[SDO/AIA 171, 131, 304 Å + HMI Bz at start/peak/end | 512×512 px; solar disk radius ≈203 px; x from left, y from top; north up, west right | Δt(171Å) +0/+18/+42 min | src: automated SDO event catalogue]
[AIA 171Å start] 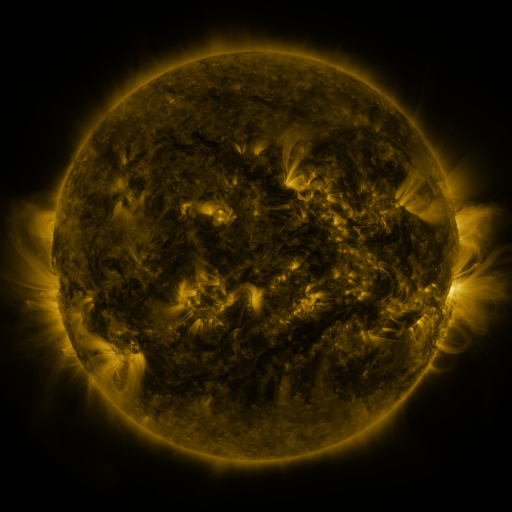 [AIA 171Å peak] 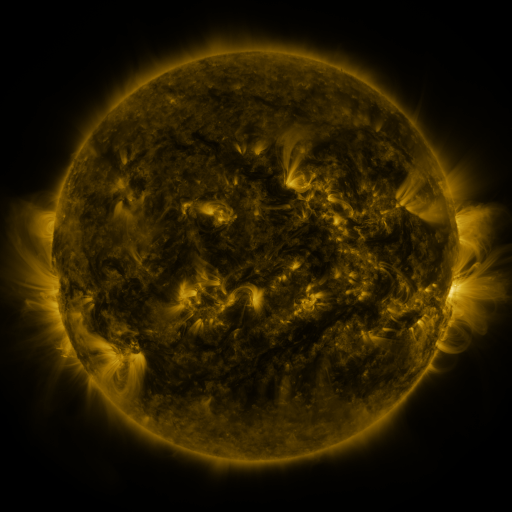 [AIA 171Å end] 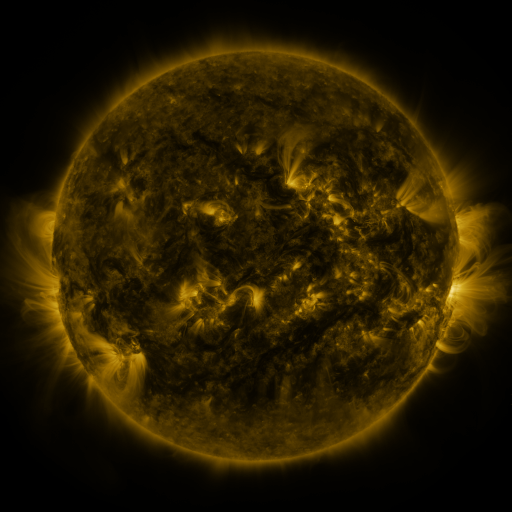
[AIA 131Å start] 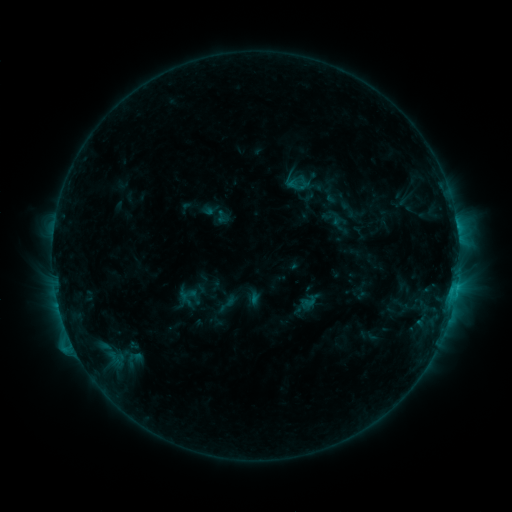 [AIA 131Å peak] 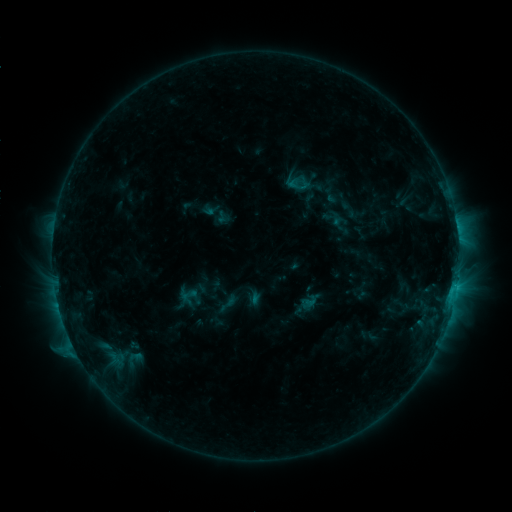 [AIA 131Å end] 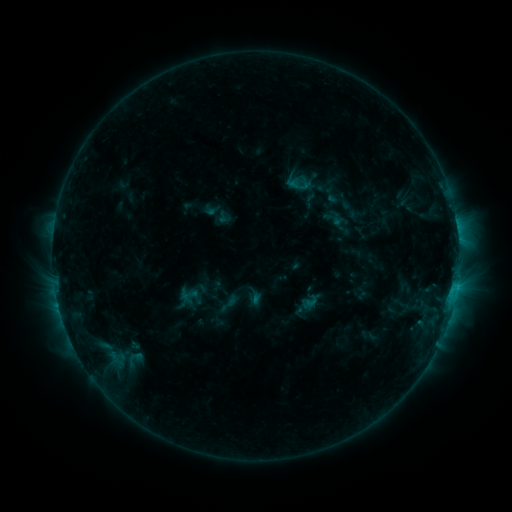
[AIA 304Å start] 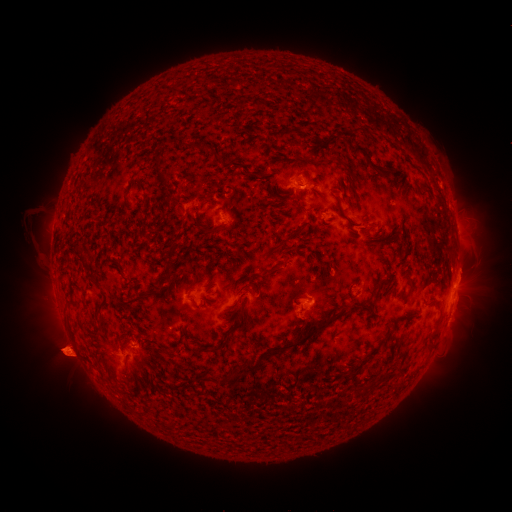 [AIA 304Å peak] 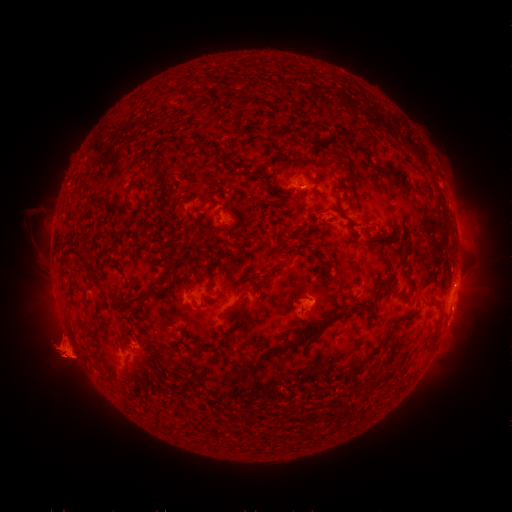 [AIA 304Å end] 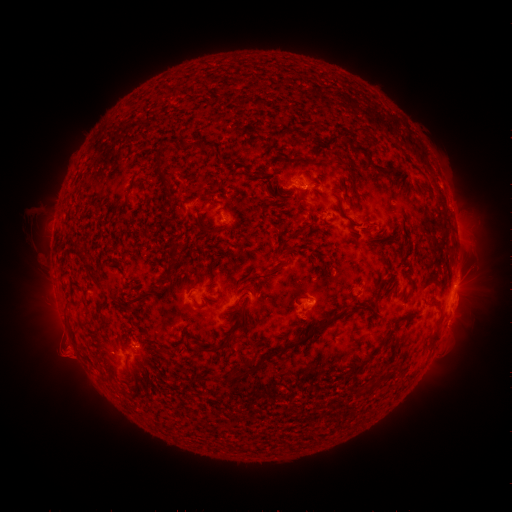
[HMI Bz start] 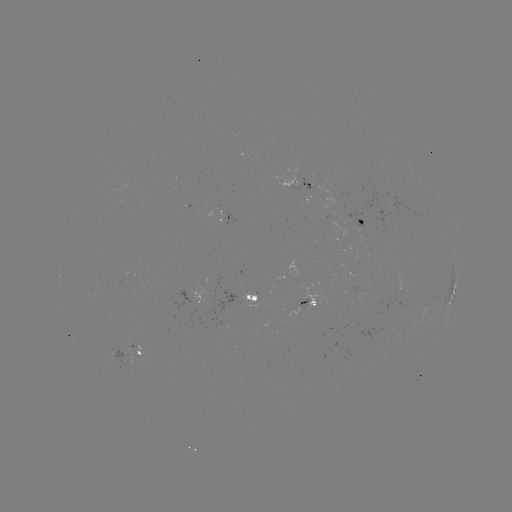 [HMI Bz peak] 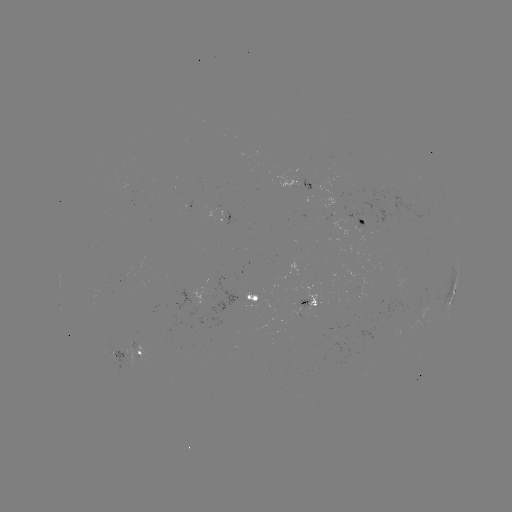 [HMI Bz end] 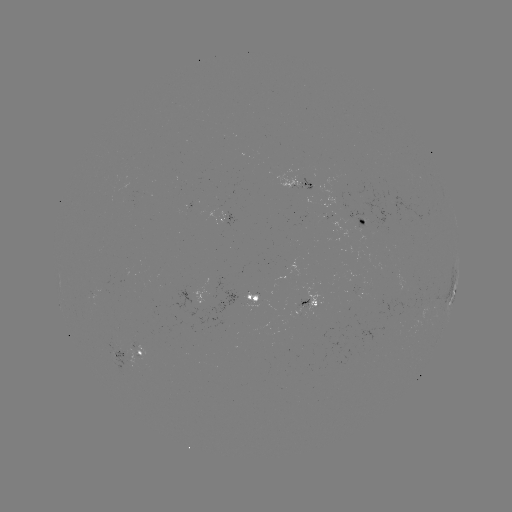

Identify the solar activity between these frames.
eruption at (59, 348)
